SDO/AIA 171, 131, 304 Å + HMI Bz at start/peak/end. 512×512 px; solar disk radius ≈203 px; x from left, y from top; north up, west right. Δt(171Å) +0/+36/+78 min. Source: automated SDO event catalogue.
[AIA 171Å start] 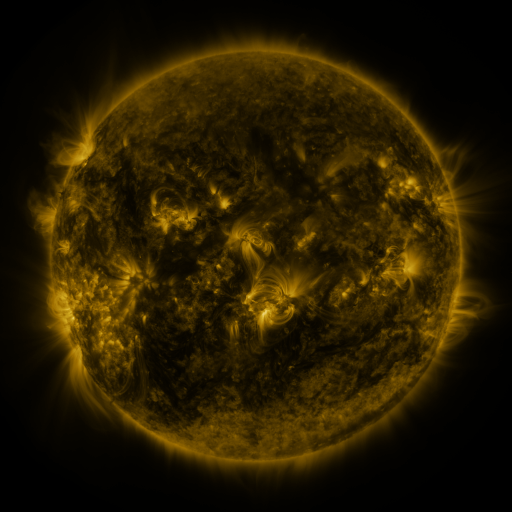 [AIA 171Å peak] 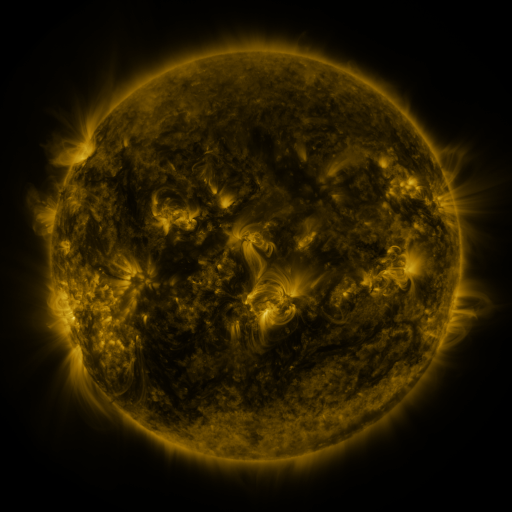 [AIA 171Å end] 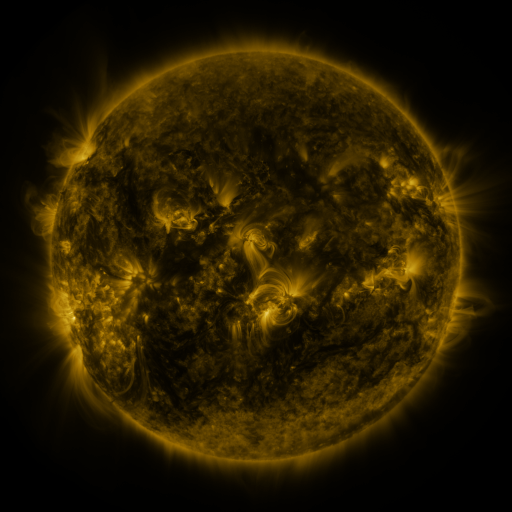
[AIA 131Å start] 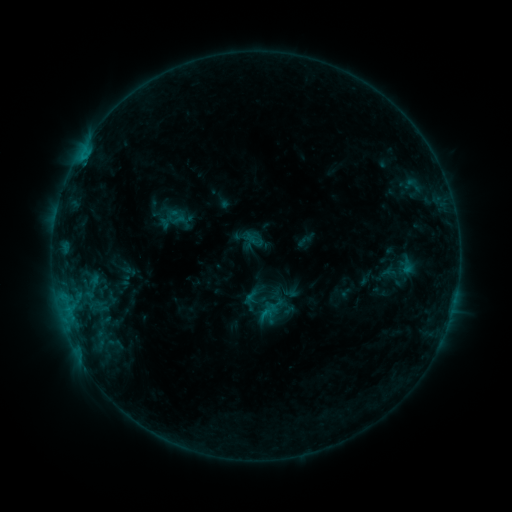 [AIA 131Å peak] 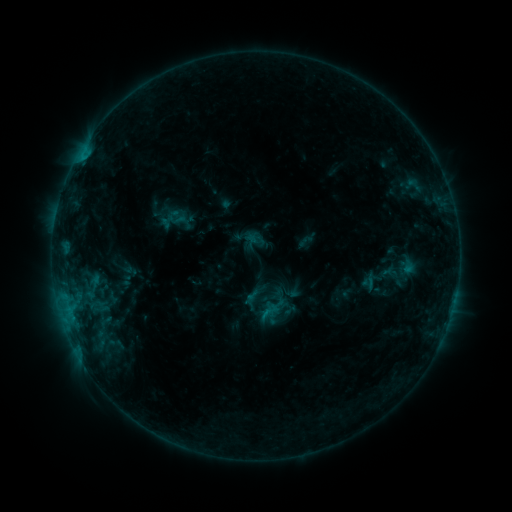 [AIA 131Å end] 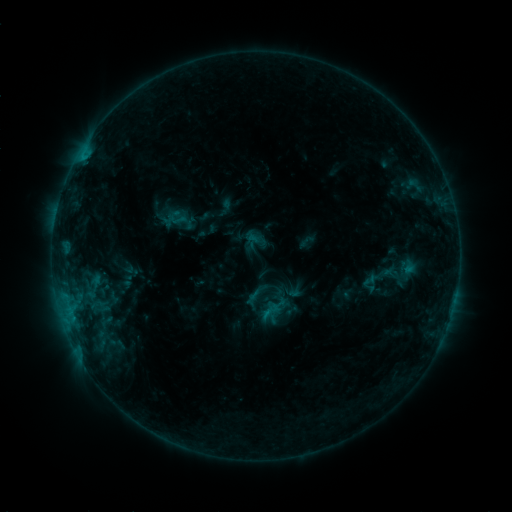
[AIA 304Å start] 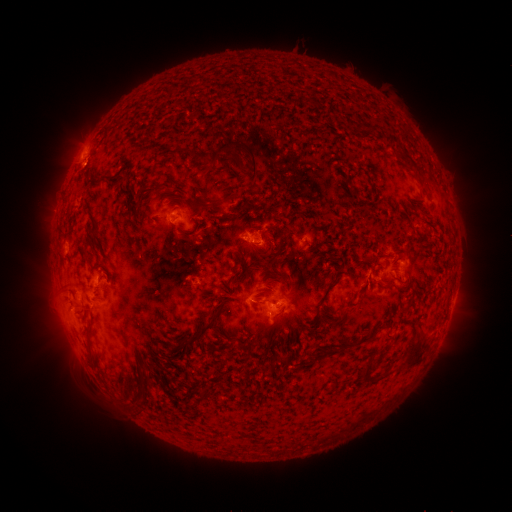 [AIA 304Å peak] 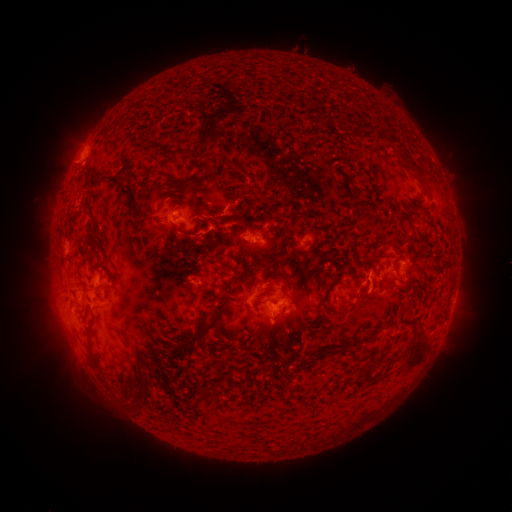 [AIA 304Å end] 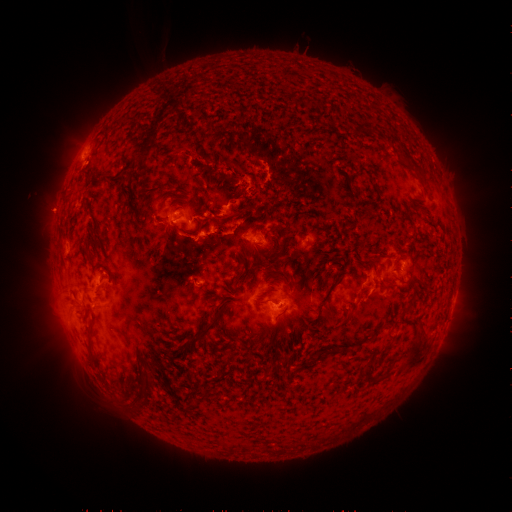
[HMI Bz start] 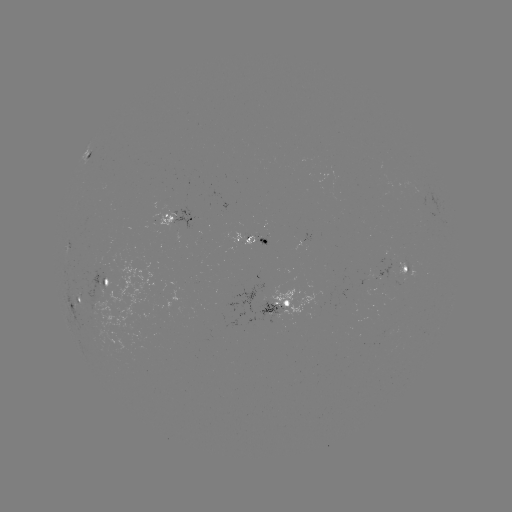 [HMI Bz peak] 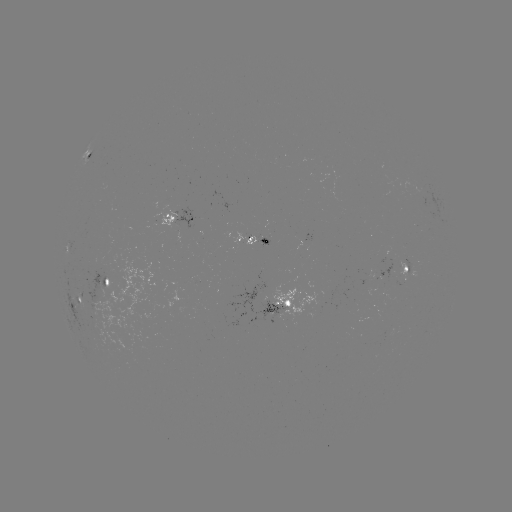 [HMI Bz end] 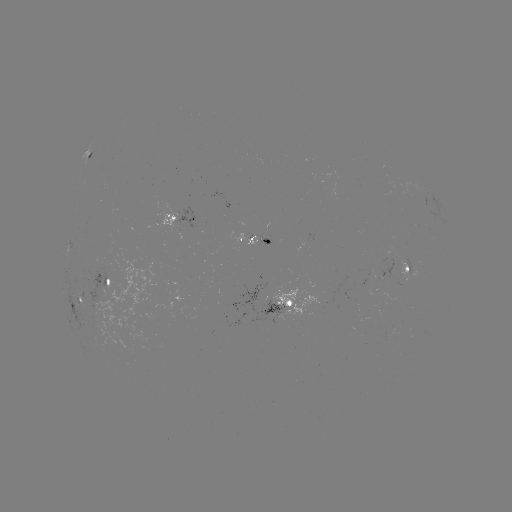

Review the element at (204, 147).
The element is eruption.